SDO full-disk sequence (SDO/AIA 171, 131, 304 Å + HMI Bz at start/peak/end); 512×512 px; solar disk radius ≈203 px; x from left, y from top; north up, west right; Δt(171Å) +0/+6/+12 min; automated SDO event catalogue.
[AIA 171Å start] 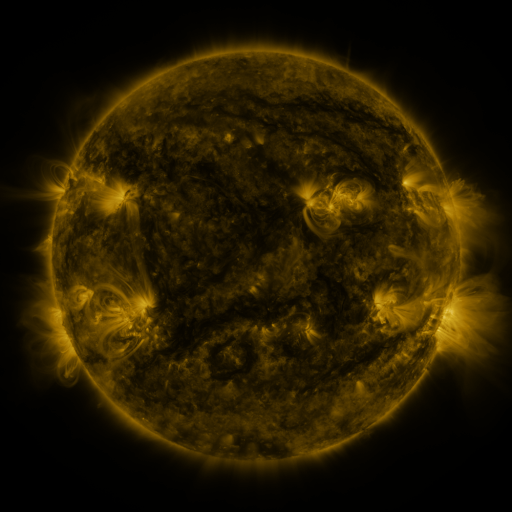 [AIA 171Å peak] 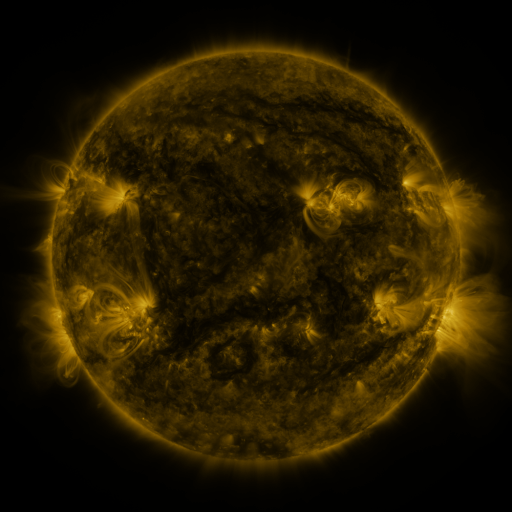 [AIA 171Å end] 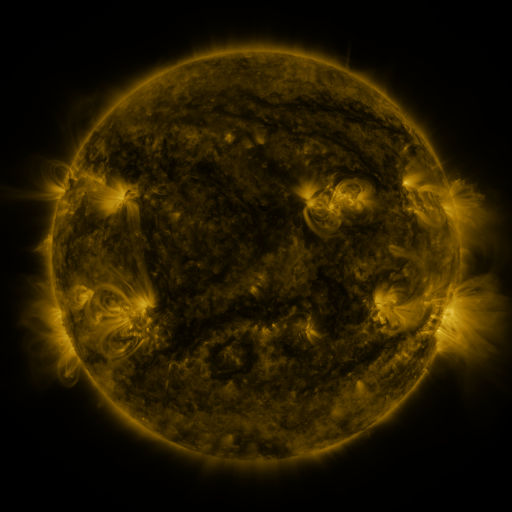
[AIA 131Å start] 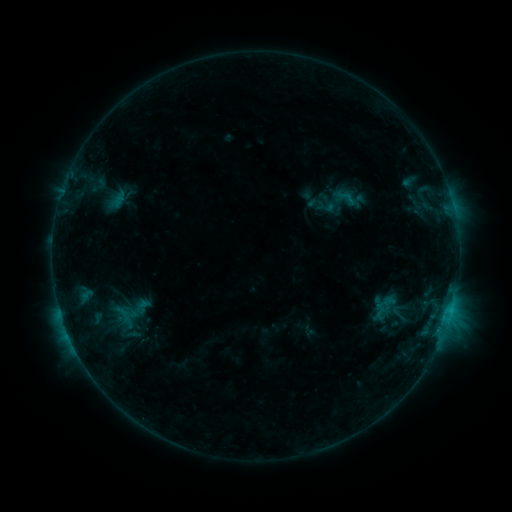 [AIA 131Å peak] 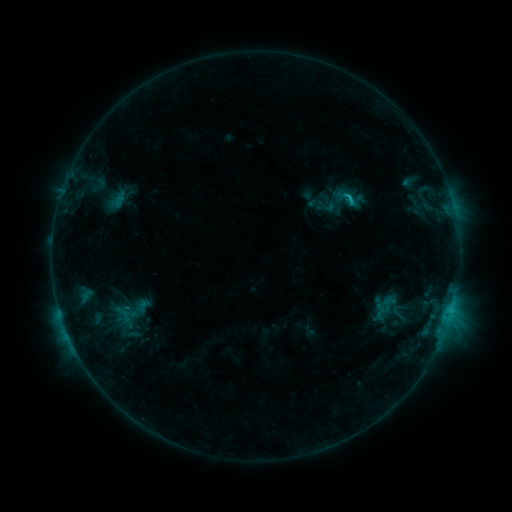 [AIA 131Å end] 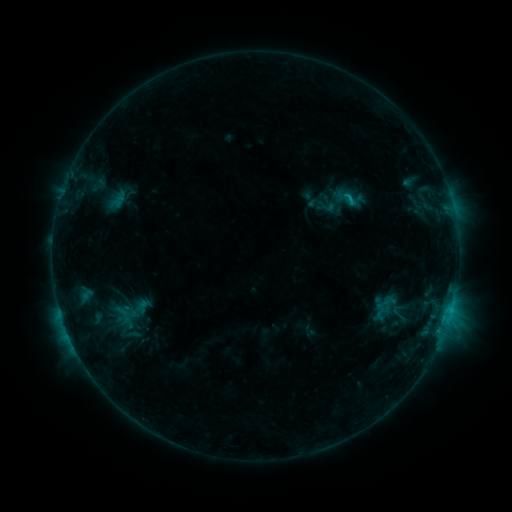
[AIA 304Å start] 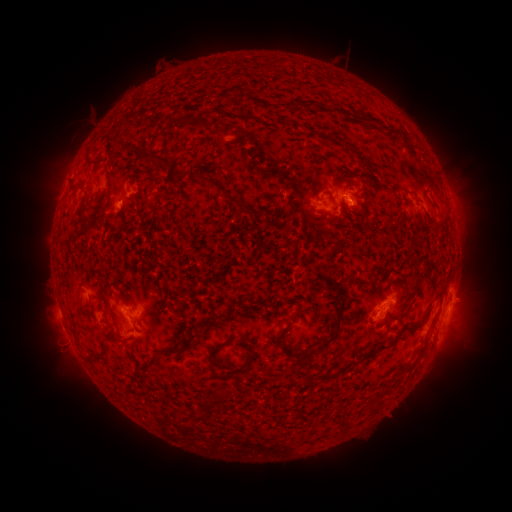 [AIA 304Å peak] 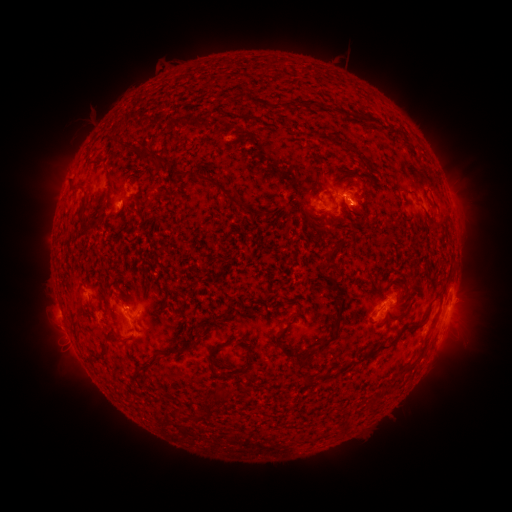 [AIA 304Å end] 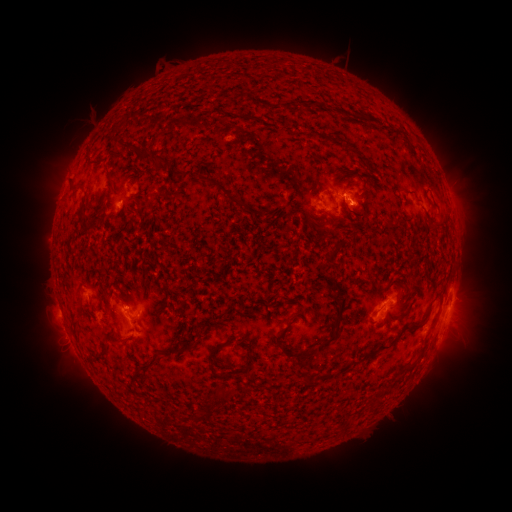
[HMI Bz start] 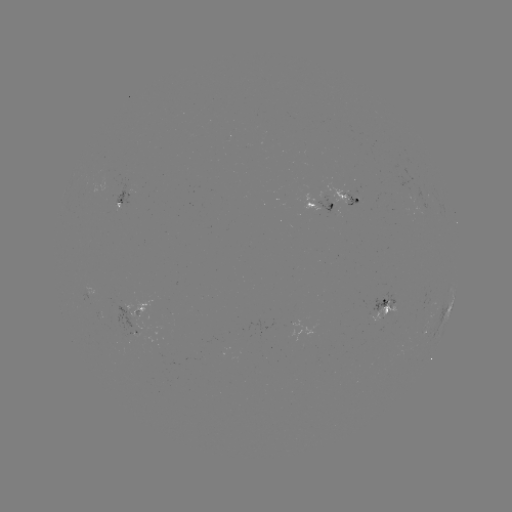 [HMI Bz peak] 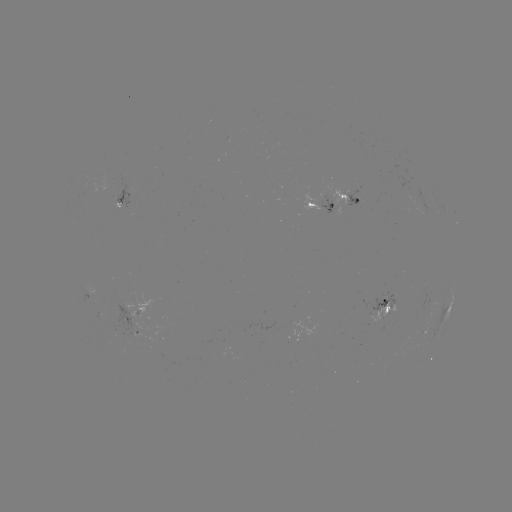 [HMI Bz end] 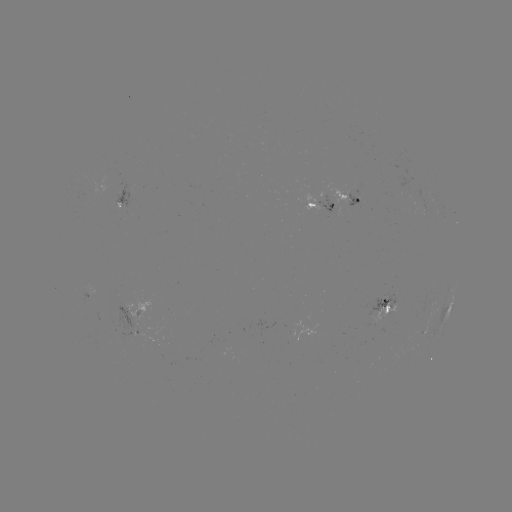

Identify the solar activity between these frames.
B9.5 flare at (349, 199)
